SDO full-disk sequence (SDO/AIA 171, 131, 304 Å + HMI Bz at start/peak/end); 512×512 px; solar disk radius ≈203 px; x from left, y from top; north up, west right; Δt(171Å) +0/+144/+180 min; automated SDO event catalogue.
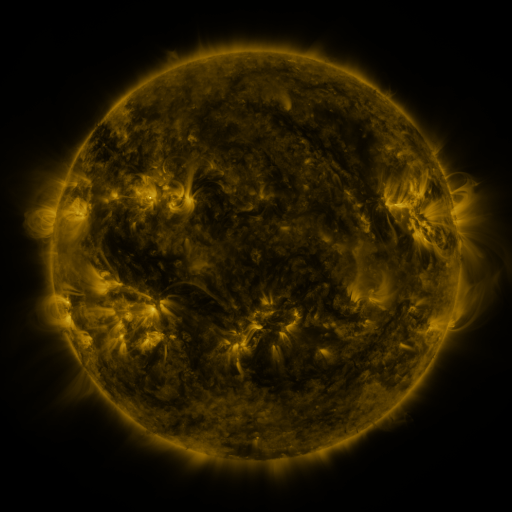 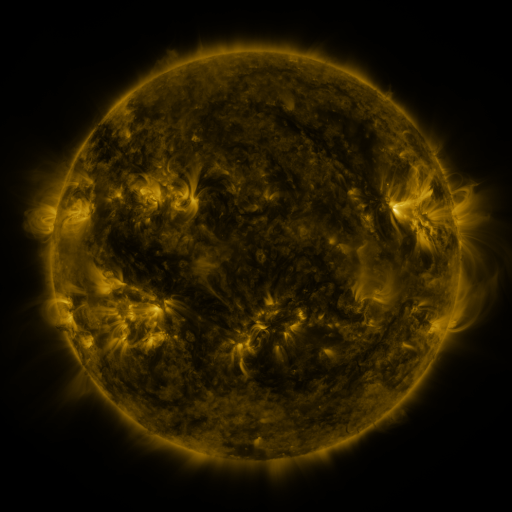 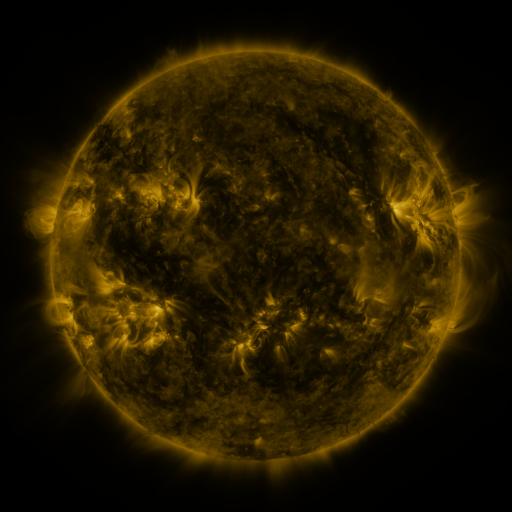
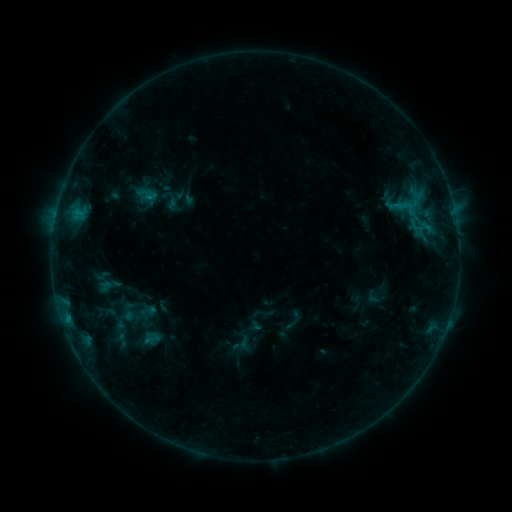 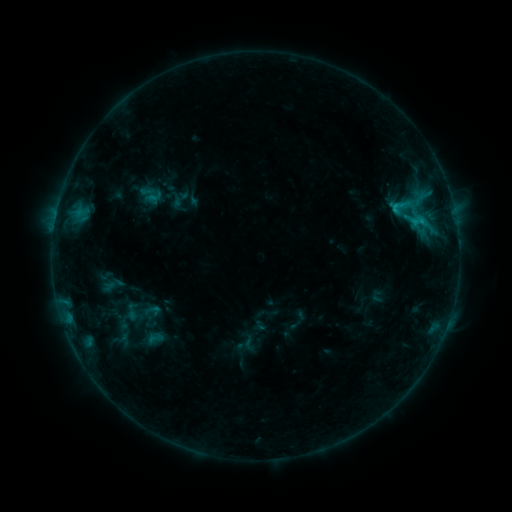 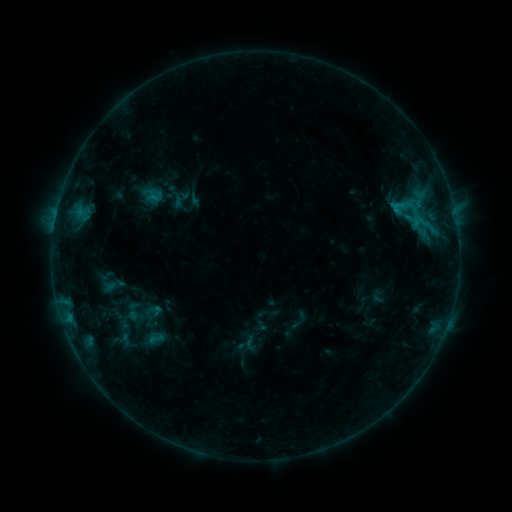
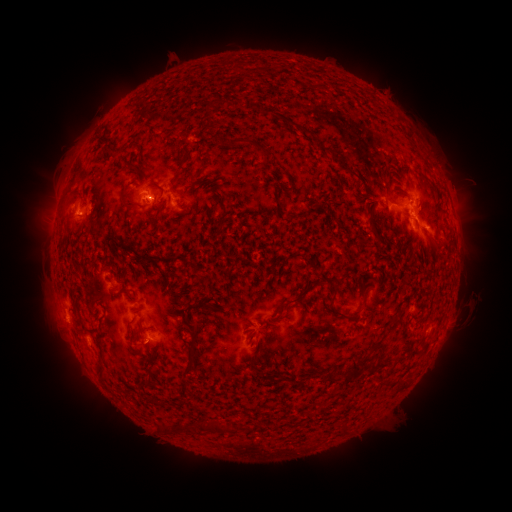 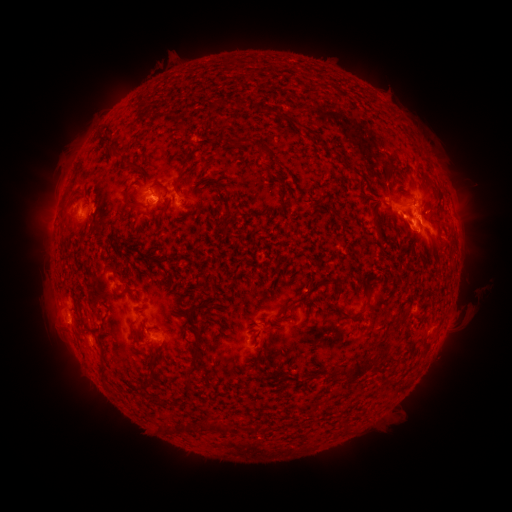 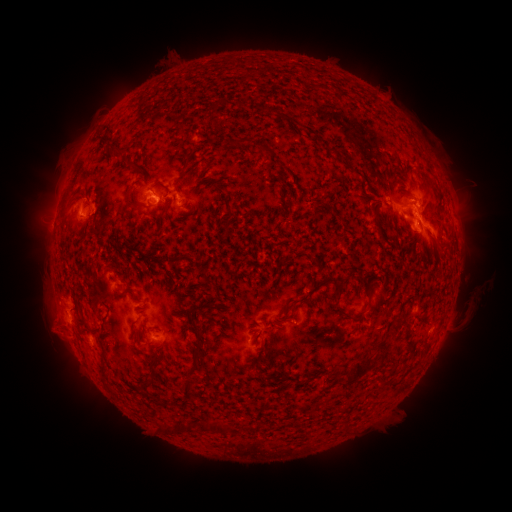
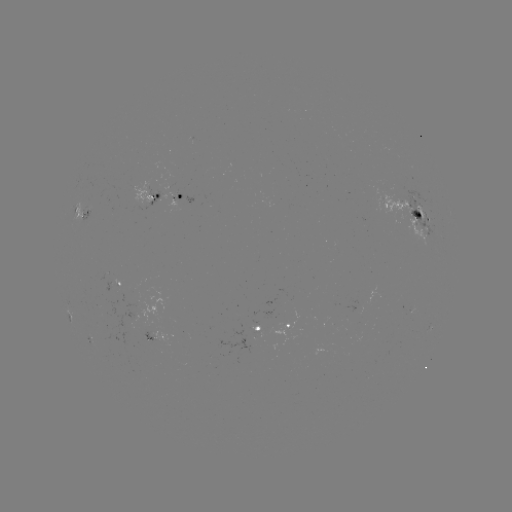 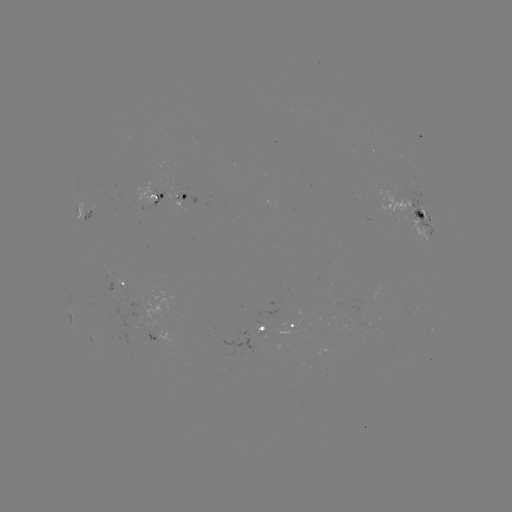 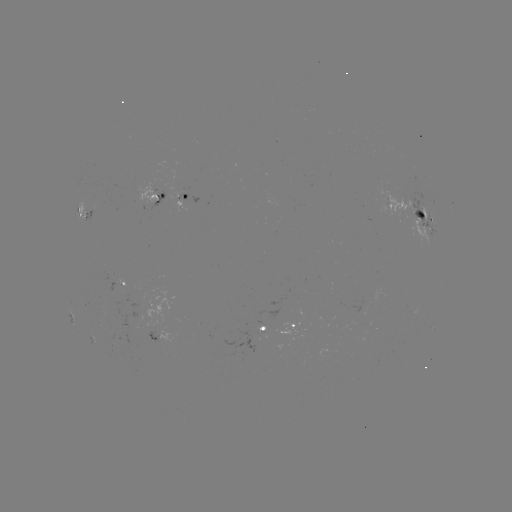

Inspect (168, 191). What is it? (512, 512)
emerging-flux region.